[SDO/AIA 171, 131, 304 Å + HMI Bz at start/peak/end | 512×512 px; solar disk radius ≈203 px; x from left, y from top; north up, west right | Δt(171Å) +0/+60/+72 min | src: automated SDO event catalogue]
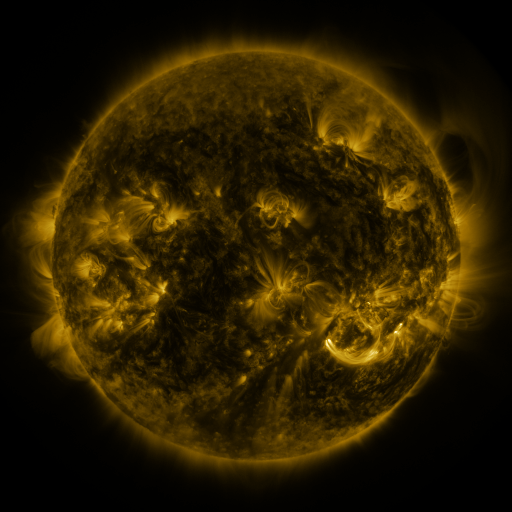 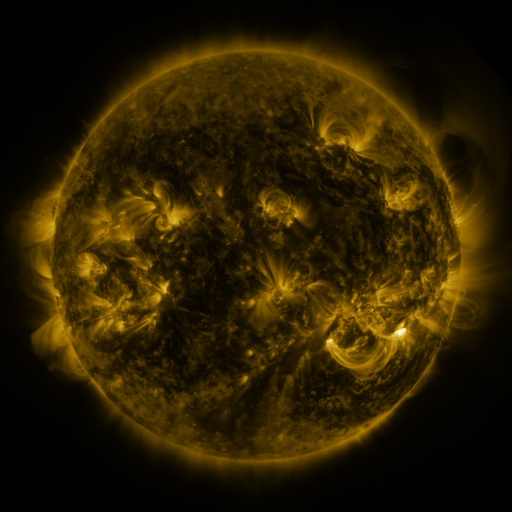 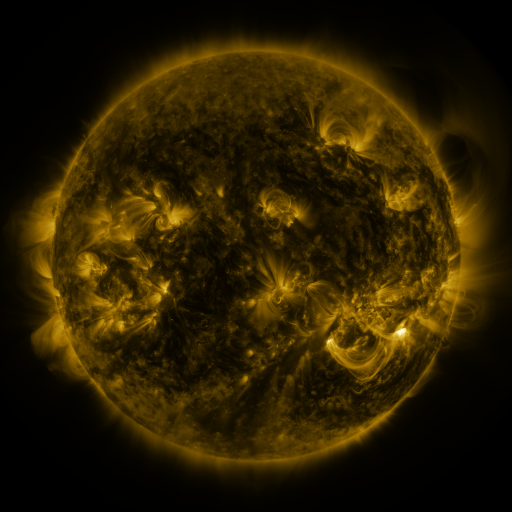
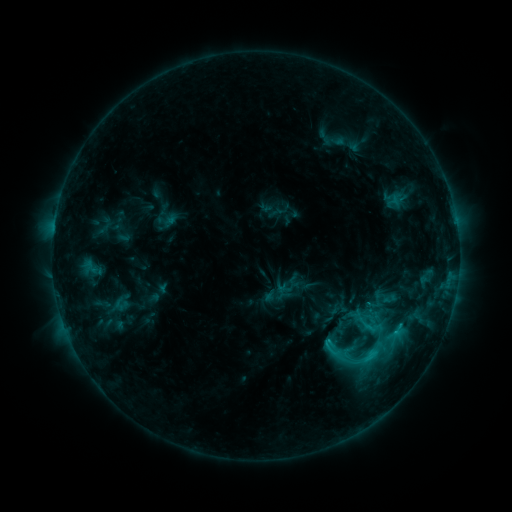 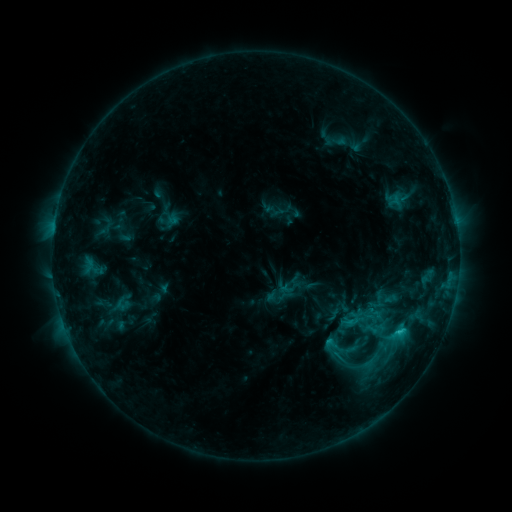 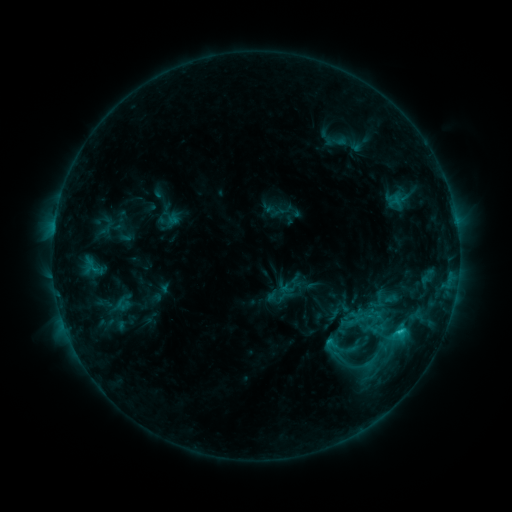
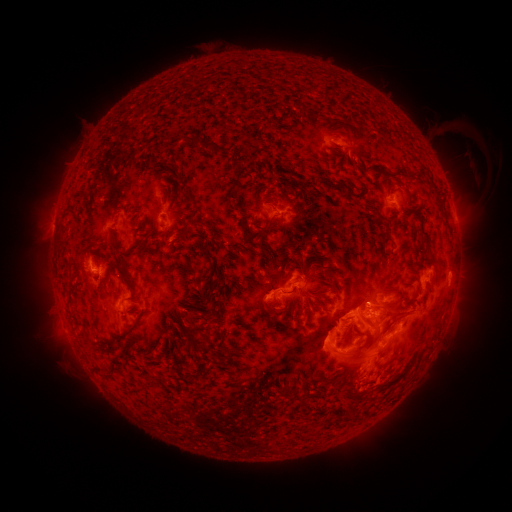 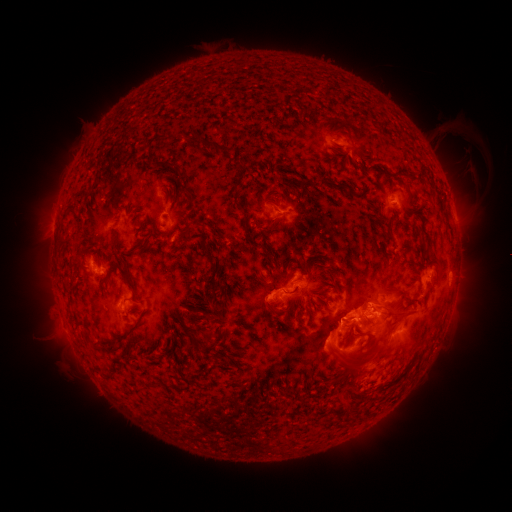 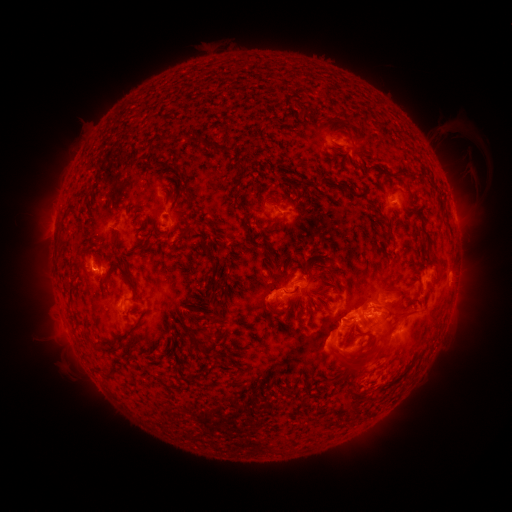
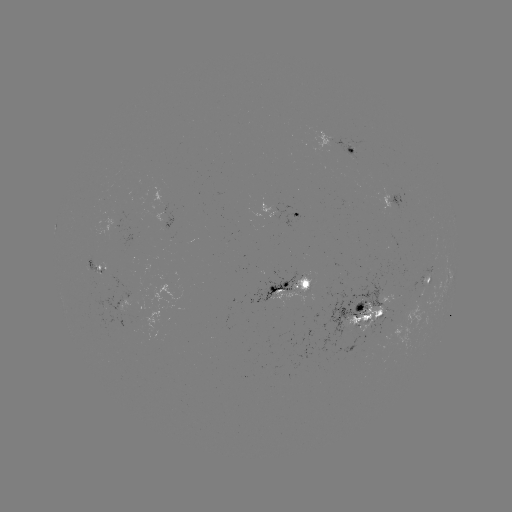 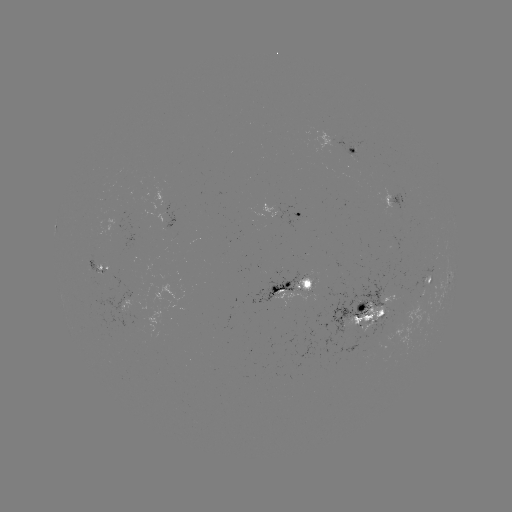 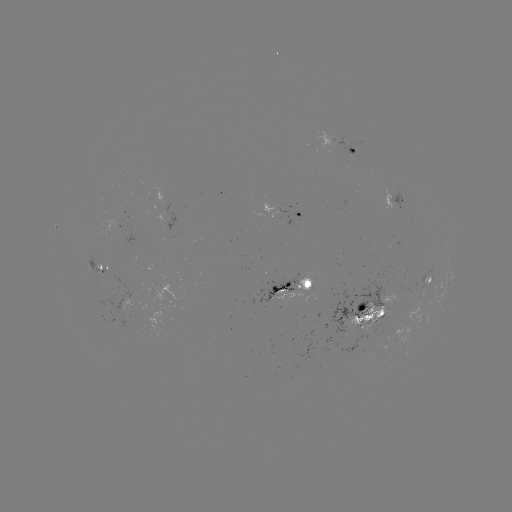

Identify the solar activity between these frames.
emerging-flux region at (380, 313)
